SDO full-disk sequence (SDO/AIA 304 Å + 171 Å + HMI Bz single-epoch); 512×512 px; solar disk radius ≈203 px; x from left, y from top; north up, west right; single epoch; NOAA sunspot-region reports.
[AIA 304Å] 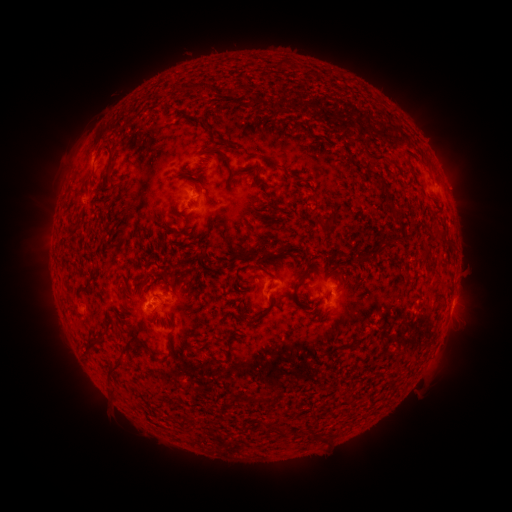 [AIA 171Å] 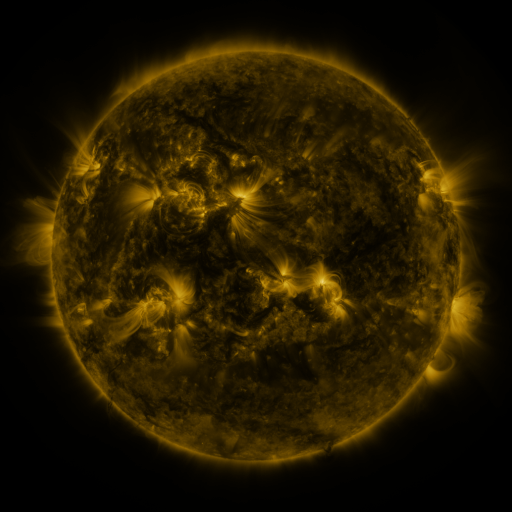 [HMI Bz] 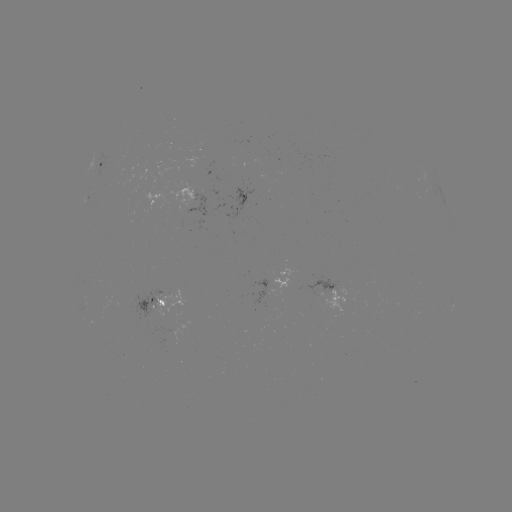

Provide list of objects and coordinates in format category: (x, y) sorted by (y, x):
spotted active region: (98, 164)
spotted active region: (193, 203)
spotted active region: (332, 285)
spotted active region: (262, 290)
spotted active region: (453, 295)
spotted active region: (166, 303)
